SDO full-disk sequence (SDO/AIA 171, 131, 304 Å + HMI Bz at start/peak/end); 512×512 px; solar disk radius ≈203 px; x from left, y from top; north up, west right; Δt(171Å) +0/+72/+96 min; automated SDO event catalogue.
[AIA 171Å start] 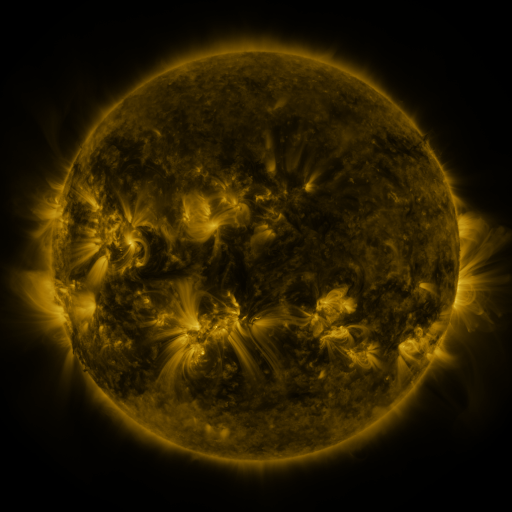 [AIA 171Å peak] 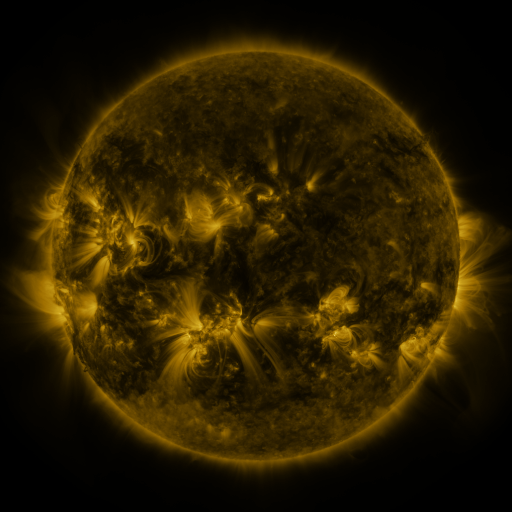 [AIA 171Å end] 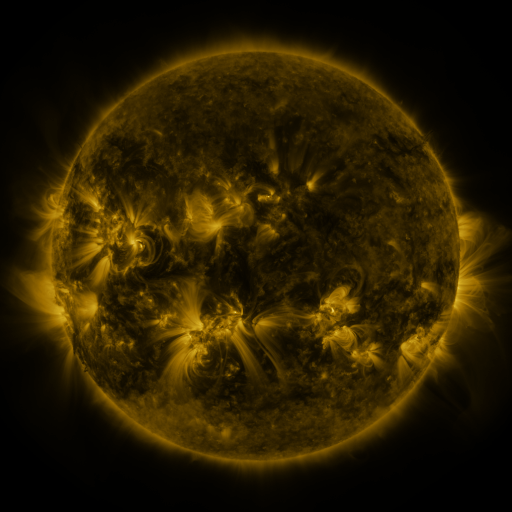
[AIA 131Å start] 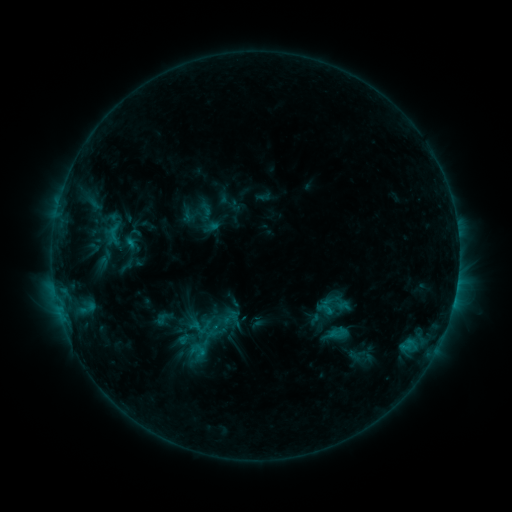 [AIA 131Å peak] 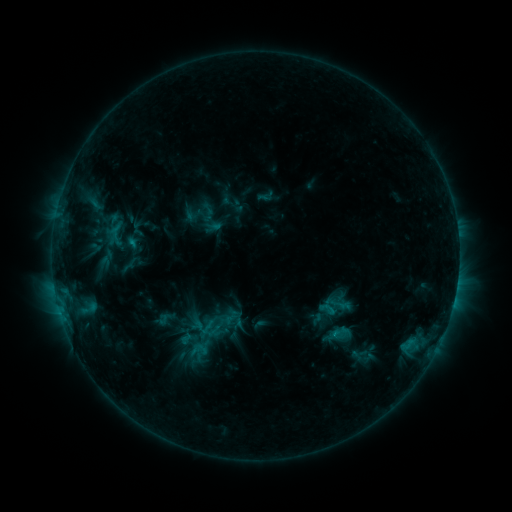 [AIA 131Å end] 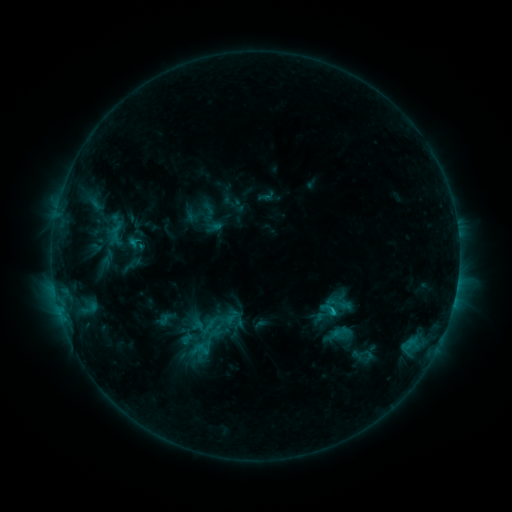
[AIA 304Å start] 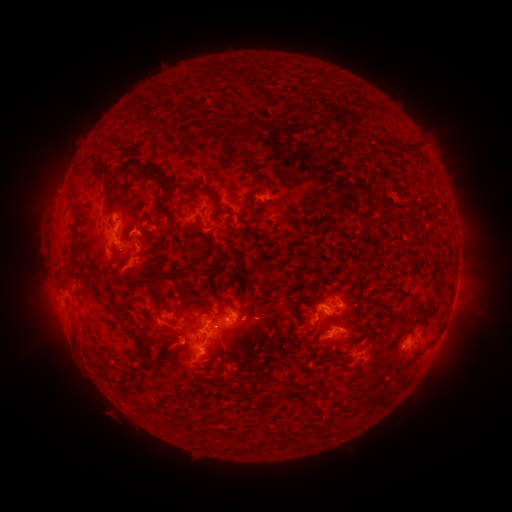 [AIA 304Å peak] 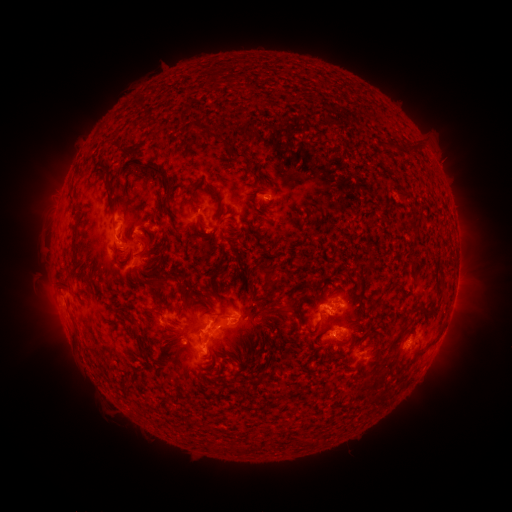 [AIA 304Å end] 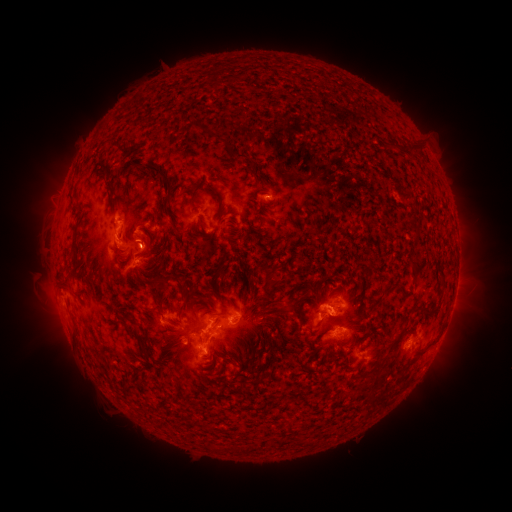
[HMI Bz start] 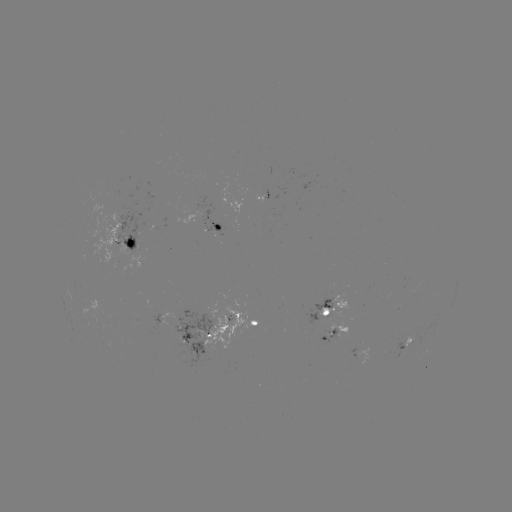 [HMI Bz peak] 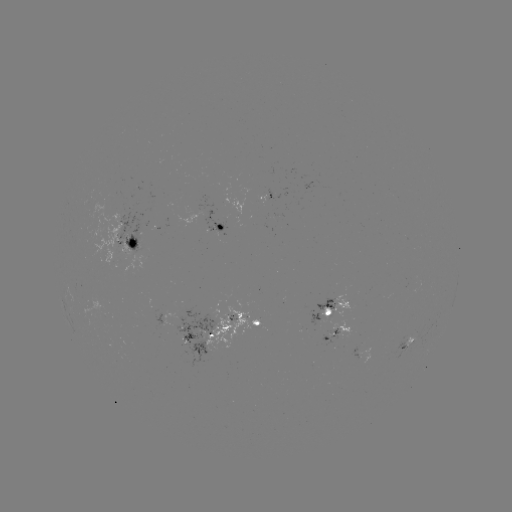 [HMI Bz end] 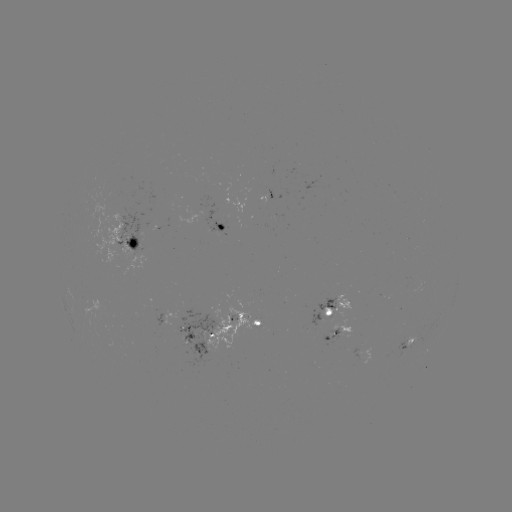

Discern emerging-flux region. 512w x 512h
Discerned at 269,204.